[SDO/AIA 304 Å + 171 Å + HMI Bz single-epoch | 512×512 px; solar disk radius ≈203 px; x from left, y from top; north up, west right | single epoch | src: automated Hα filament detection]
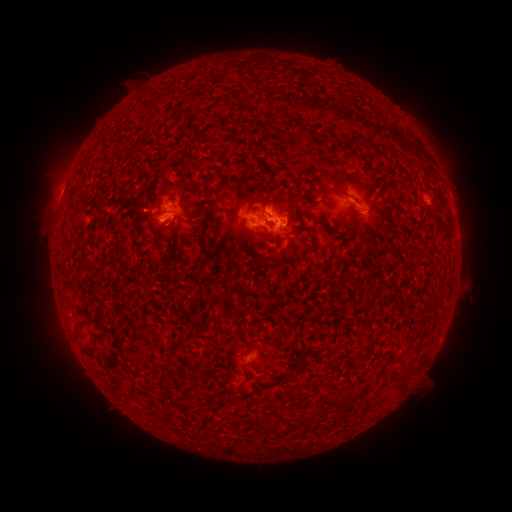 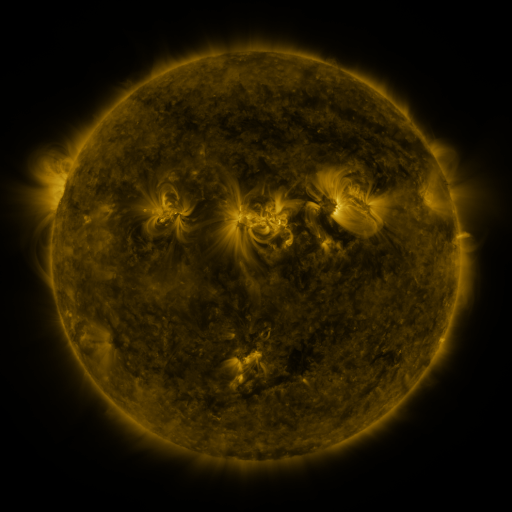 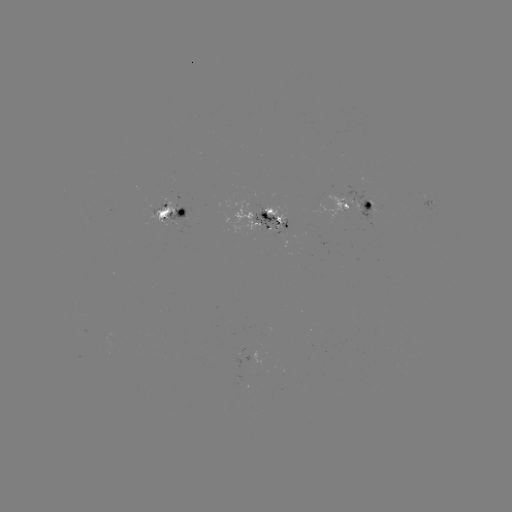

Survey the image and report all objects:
filament: (299, 134)
filament: (349, 175)
filament: (192, 188)
filament: (316, 193)
filament: (255, 202)
filament: (77, 210)
filament: (390, 211)
filament: (291, 212)
filament: (264, 216)
filament: (174, 223)
filament: (210, 225)
filament: (165, 238)
filament: (204, 242)
filament: (308, 249)
filament: (76, 334)
filament: (255, 340)
filament: (182, 345)
filament: (301, 353)
filament: (169, 361)
filament: (287, 380)
filament: (358, 393)
filament: (187, 405)
filament: (261, 423)
